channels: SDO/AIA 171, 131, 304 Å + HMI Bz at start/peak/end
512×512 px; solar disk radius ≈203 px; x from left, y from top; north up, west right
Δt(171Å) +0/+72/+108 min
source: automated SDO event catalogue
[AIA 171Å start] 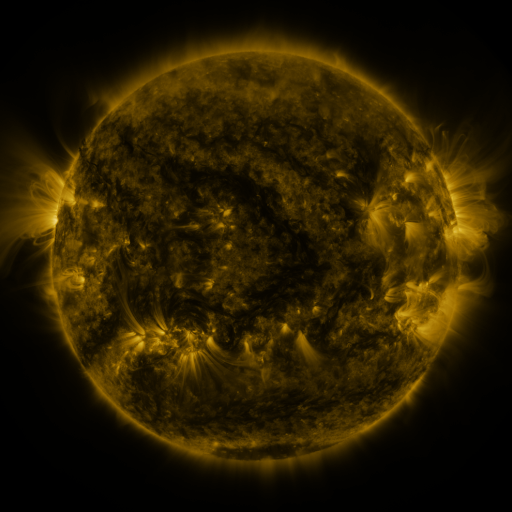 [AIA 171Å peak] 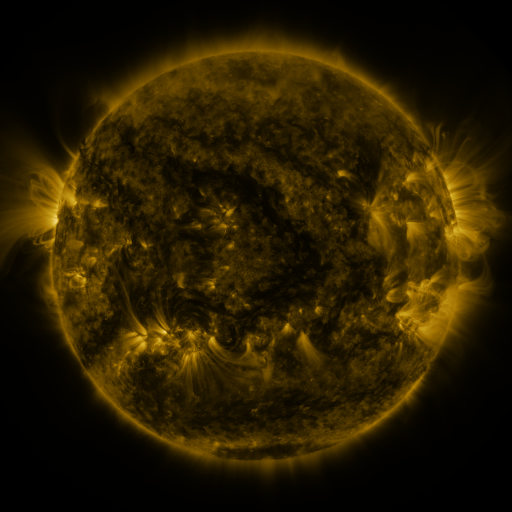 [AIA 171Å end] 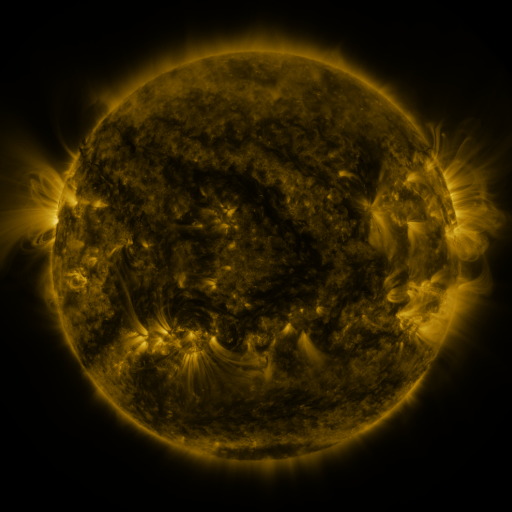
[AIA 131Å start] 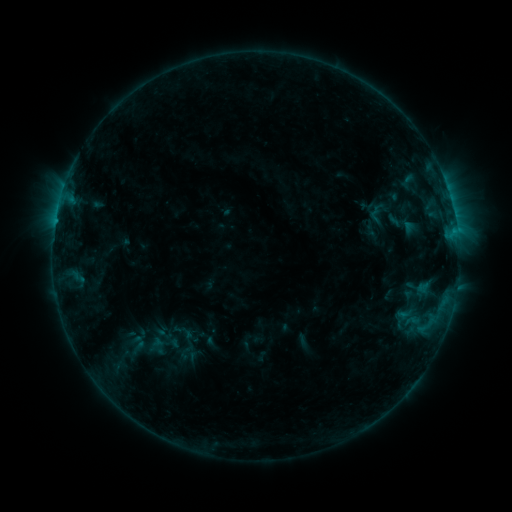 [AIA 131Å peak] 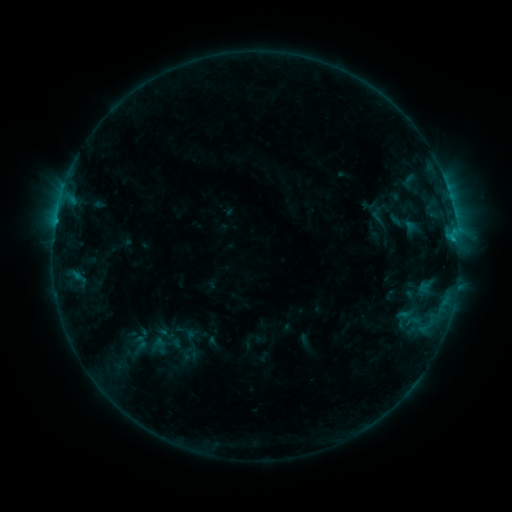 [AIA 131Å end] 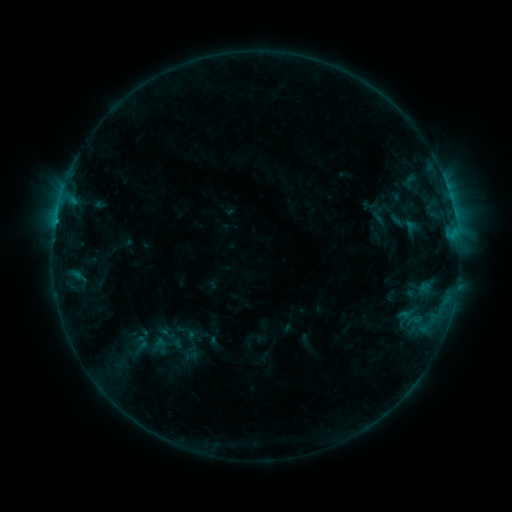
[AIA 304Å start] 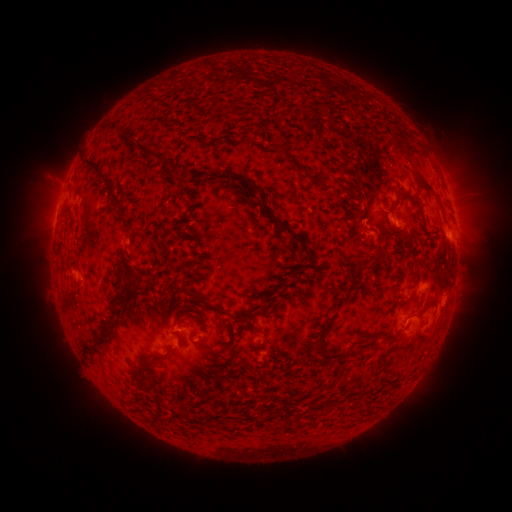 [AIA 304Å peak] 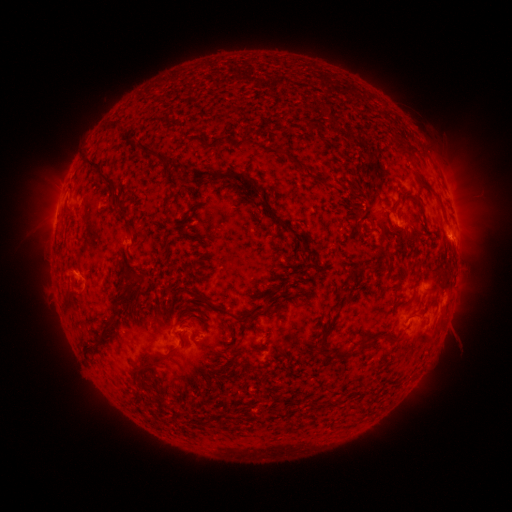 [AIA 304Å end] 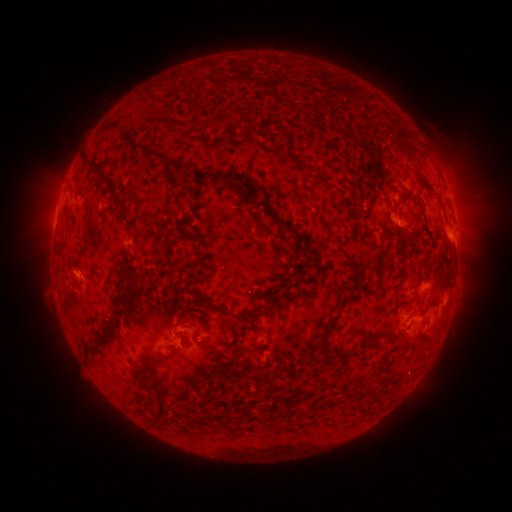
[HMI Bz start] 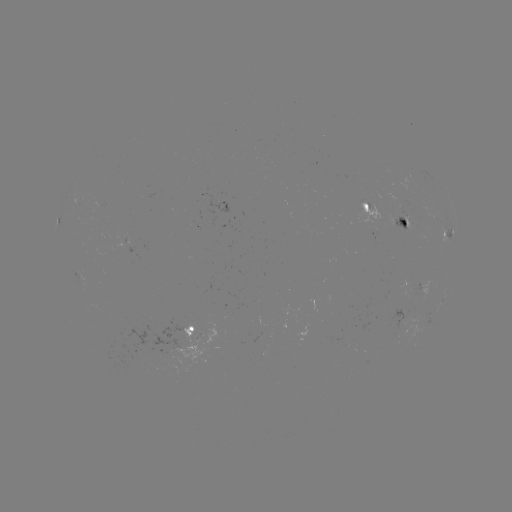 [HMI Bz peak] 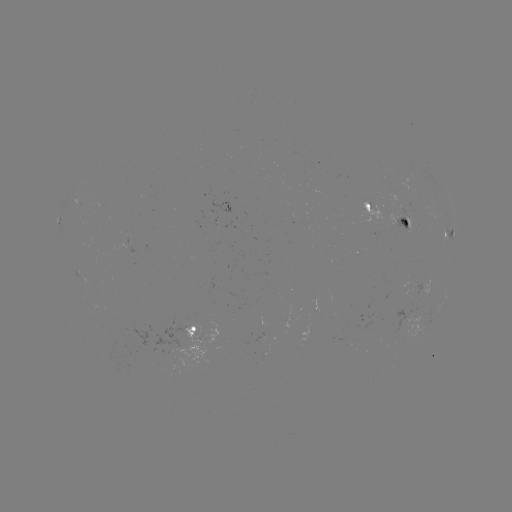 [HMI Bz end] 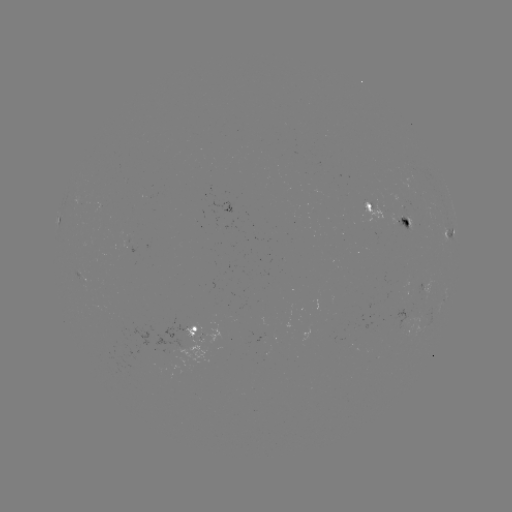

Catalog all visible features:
emerging-flux region: (401, 323)
